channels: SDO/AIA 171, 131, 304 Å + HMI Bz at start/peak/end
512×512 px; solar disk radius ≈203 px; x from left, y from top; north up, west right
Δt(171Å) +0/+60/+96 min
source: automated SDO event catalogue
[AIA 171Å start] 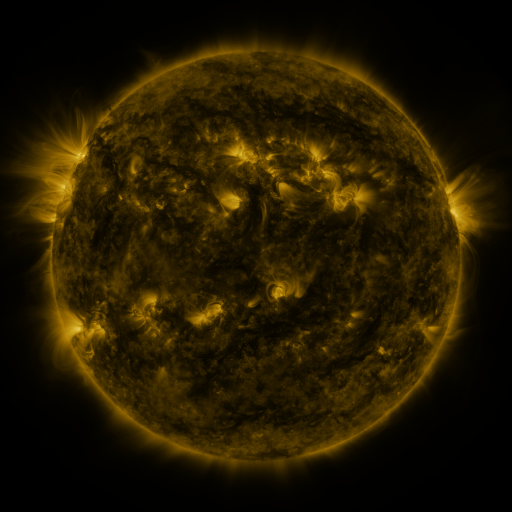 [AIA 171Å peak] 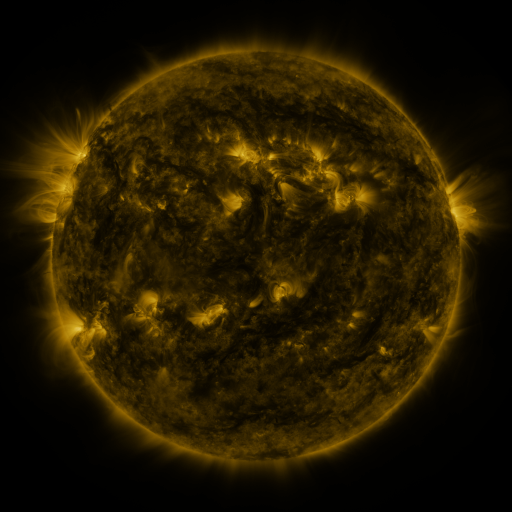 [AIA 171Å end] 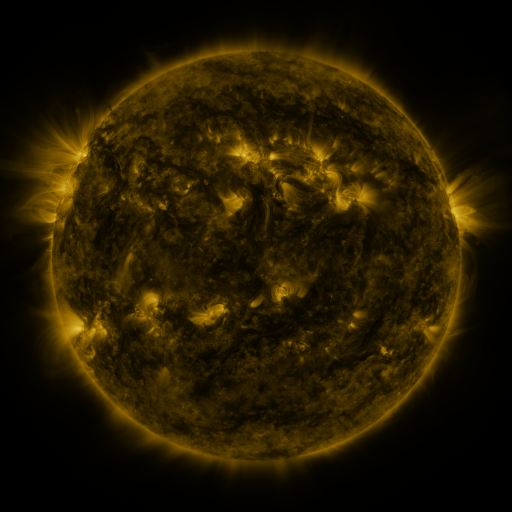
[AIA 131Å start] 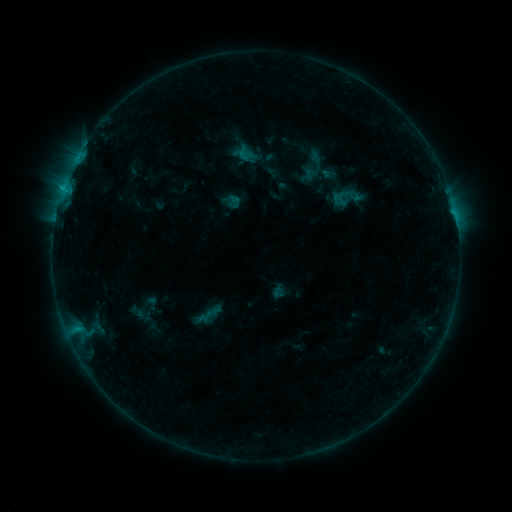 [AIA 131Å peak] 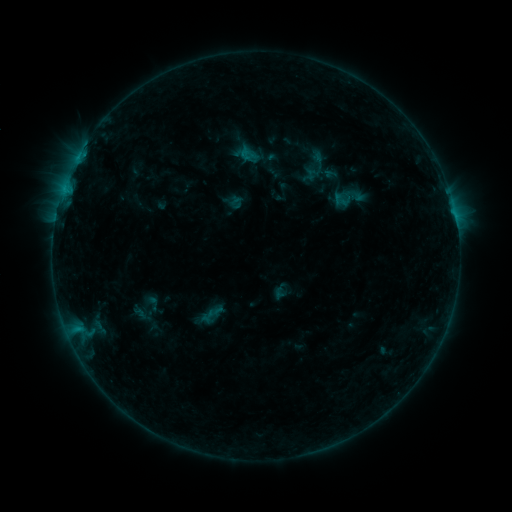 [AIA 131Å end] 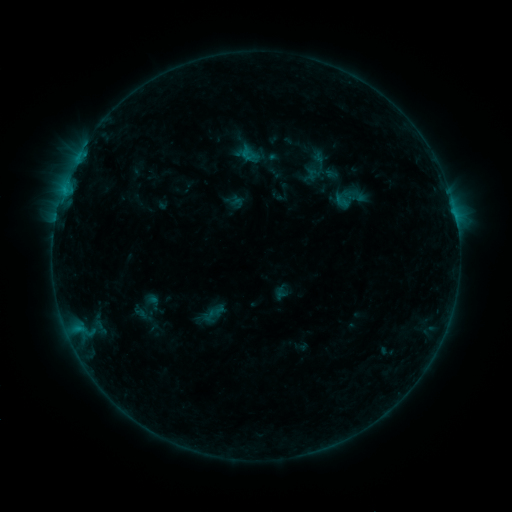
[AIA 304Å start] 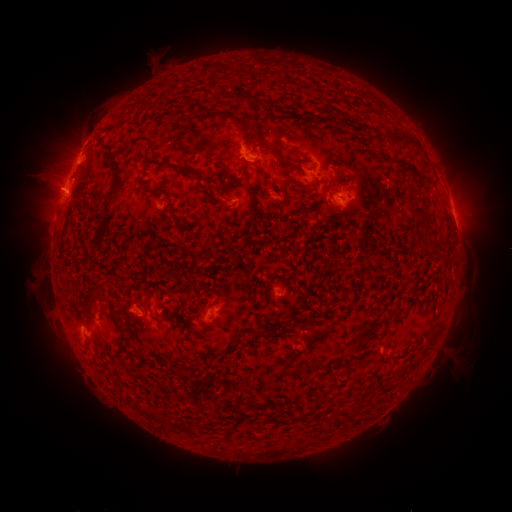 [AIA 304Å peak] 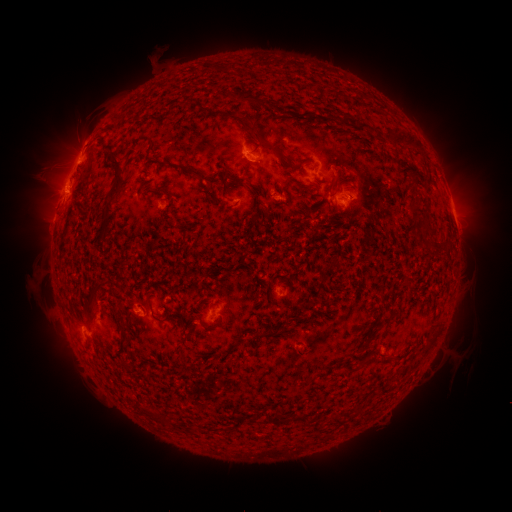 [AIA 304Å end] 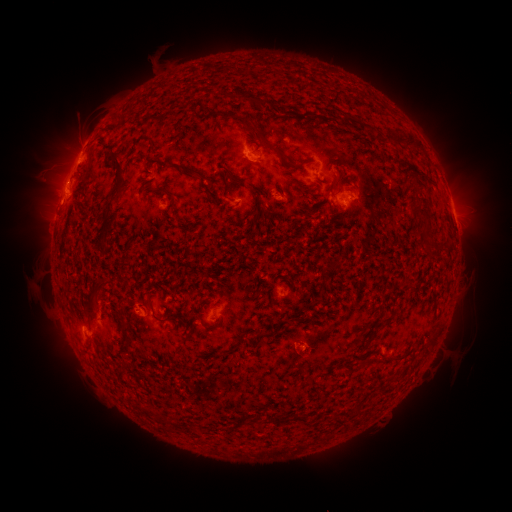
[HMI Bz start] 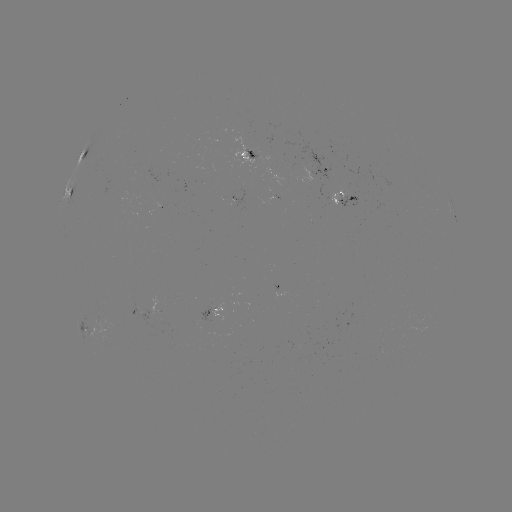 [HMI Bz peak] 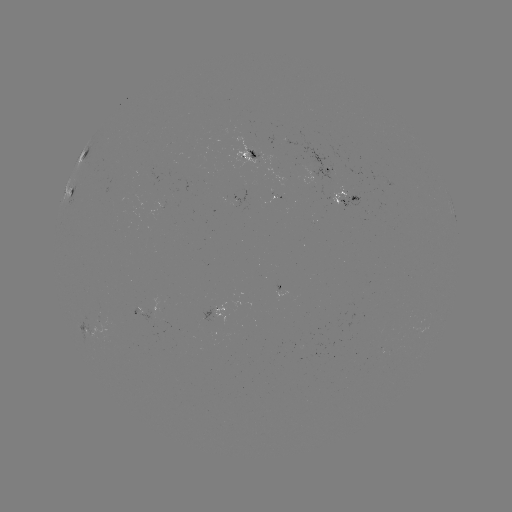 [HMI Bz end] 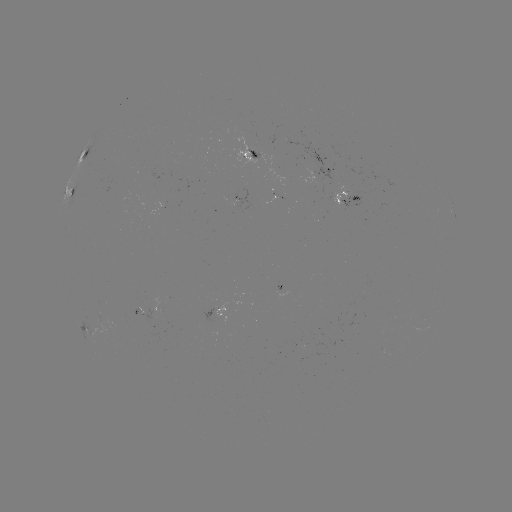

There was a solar emerging-flux region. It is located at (142, 312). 